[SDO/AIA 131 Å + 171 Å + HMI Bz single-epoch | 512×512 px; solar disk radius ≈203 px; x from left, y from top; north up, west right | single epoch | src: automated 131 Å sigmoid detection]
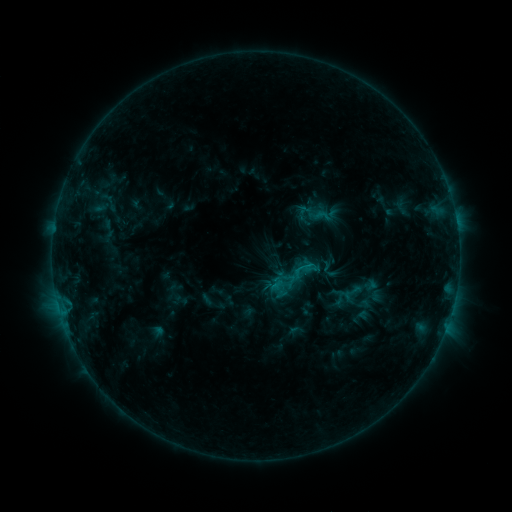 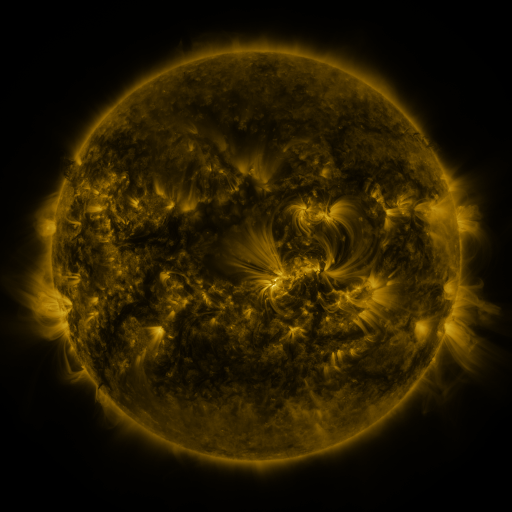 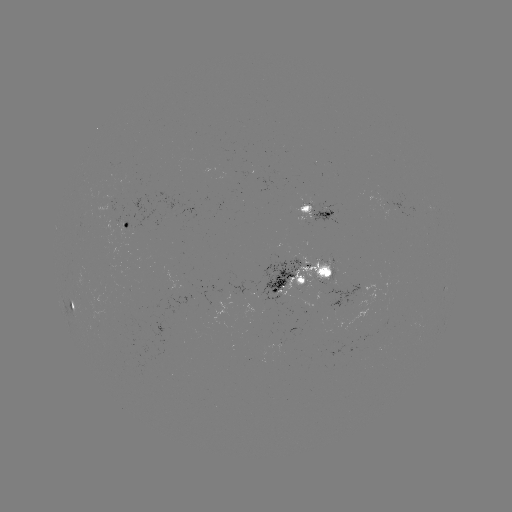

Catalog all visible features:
sigmoid: (309, 205, 331, 226)
